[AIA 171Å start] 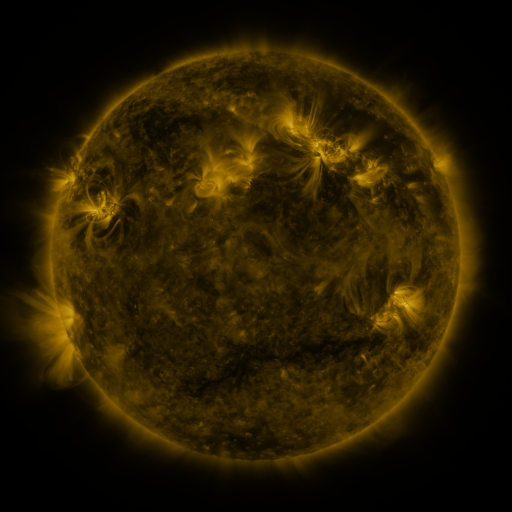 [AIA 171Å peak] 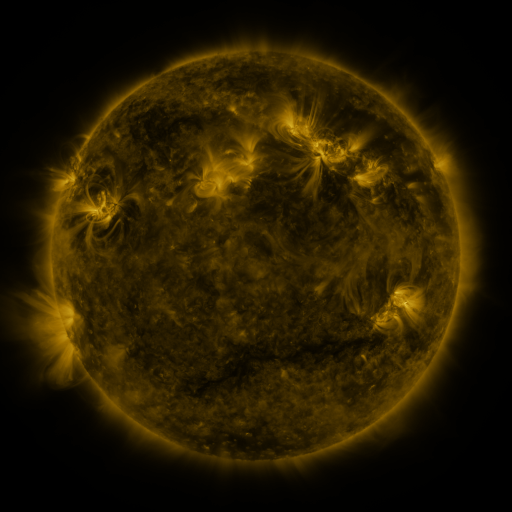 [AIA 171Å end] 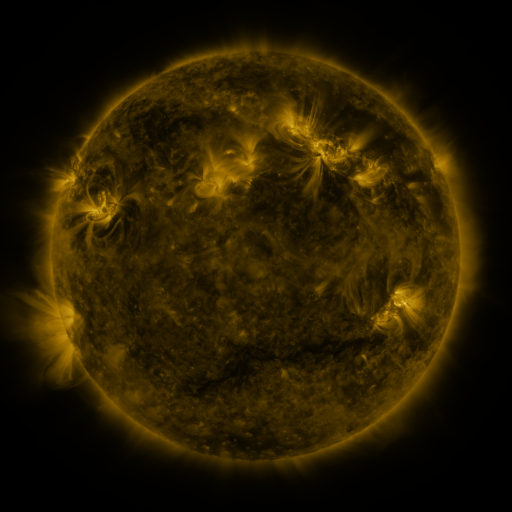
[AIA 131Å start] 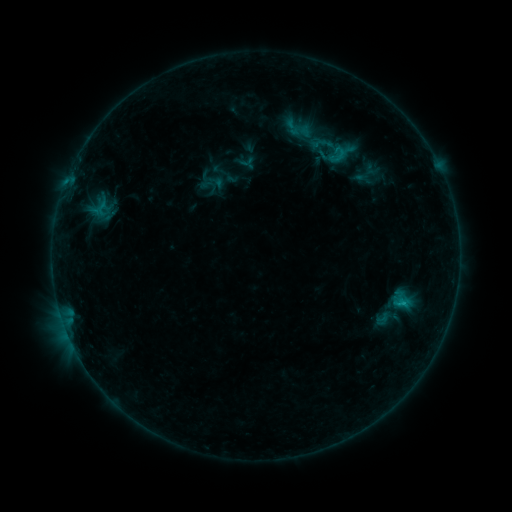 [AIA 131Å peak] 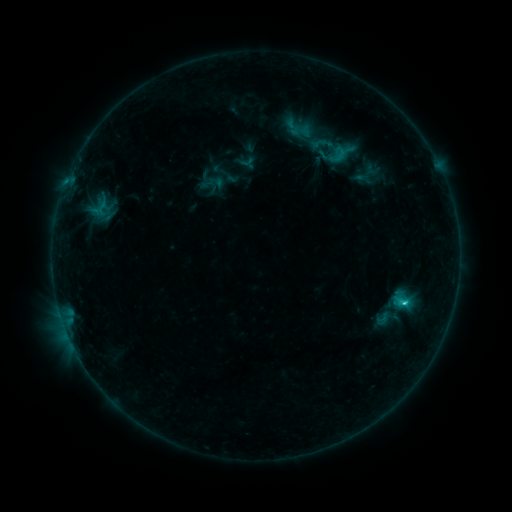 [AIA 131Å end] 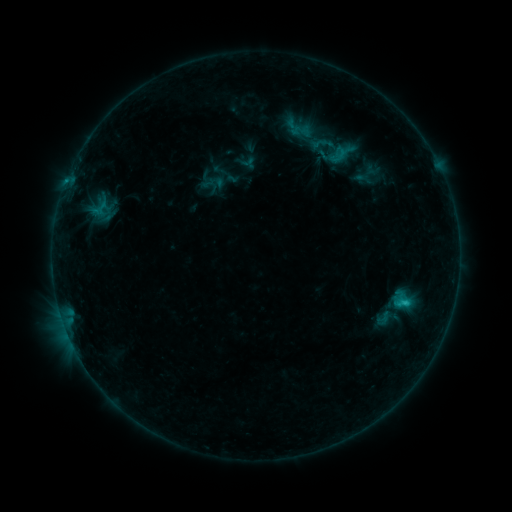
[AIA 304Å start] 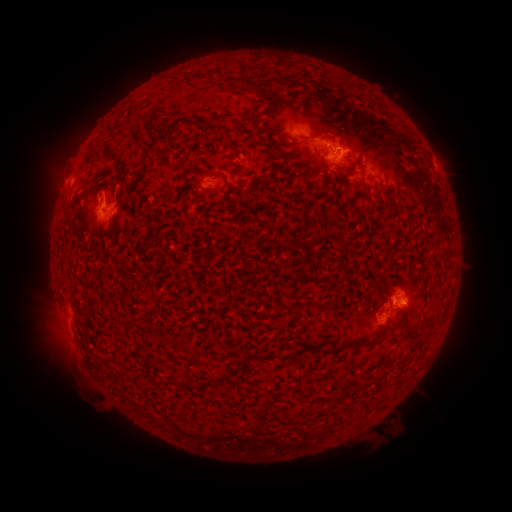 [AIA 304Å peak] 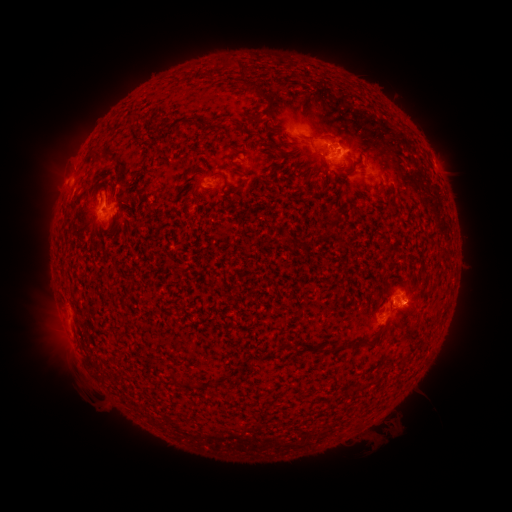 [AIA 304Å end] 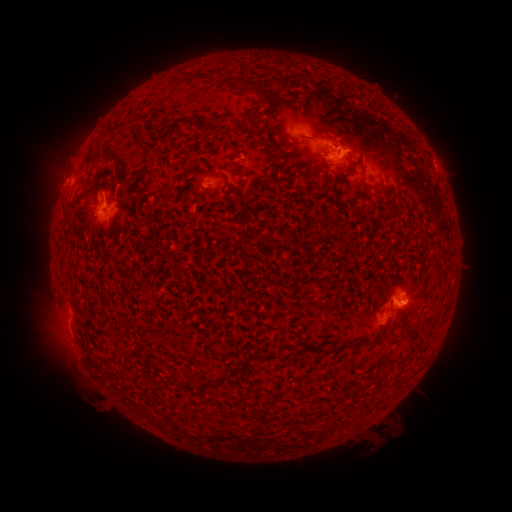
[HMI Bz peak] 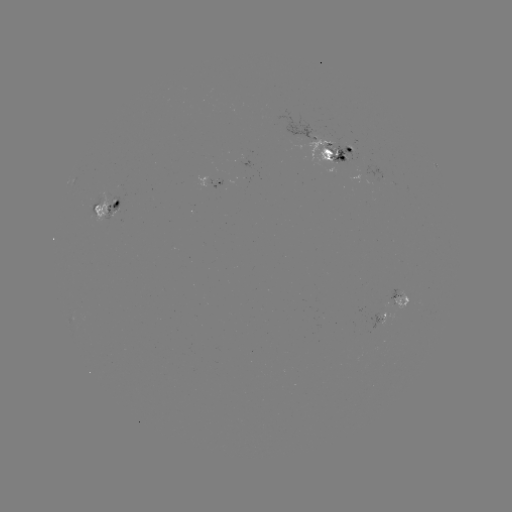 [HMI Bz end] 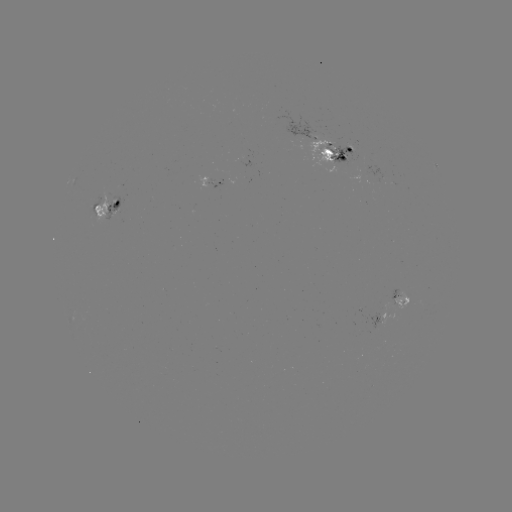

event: flare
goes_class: C1.6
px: (403, 298)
